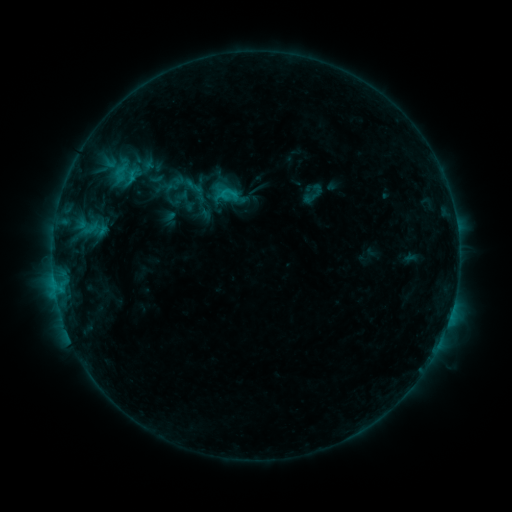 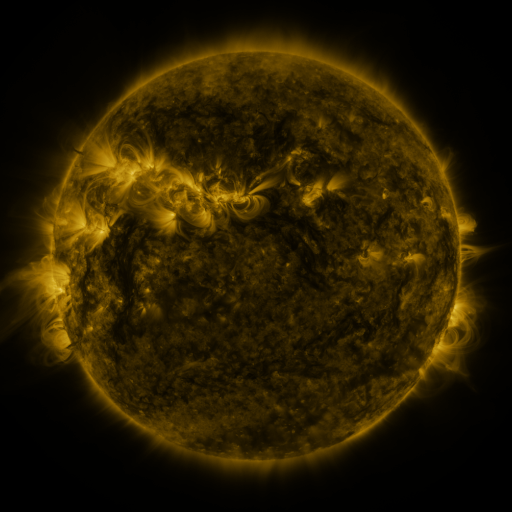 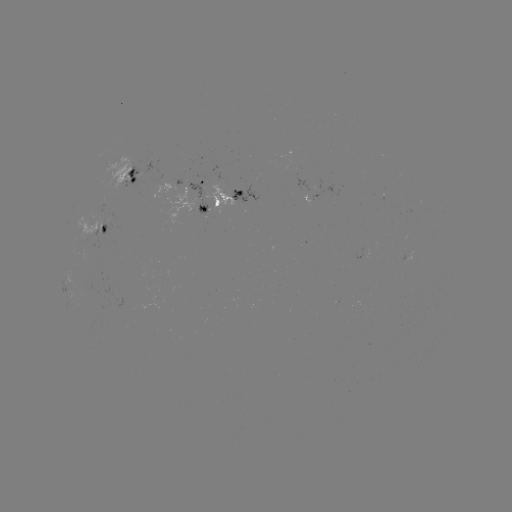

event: sigmoid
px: (194, 186)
